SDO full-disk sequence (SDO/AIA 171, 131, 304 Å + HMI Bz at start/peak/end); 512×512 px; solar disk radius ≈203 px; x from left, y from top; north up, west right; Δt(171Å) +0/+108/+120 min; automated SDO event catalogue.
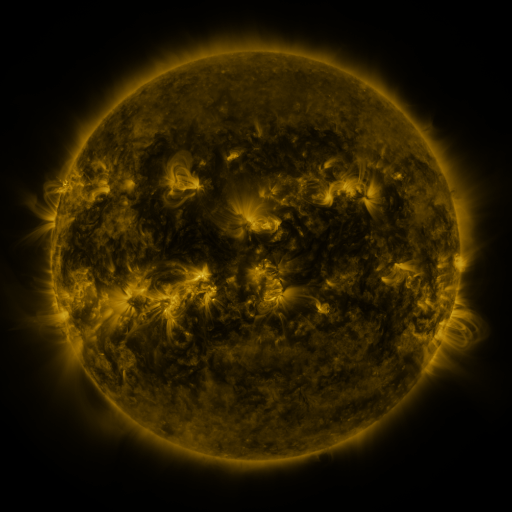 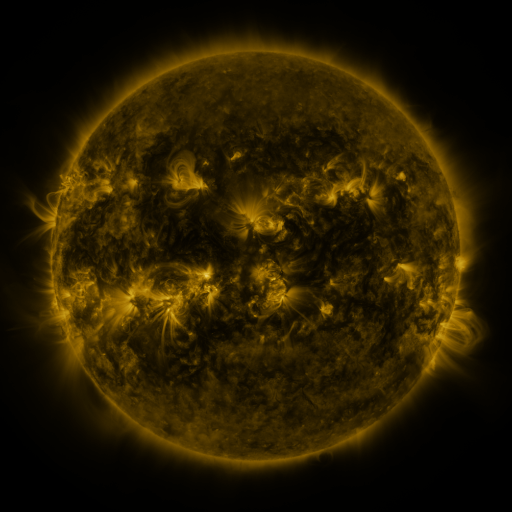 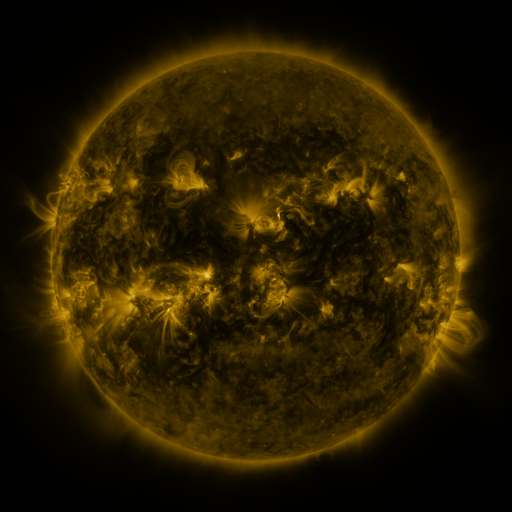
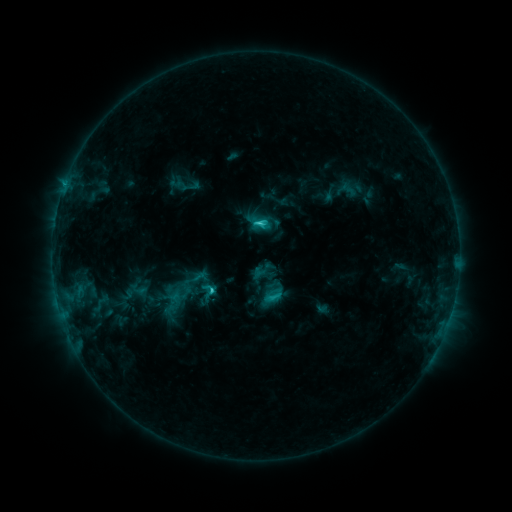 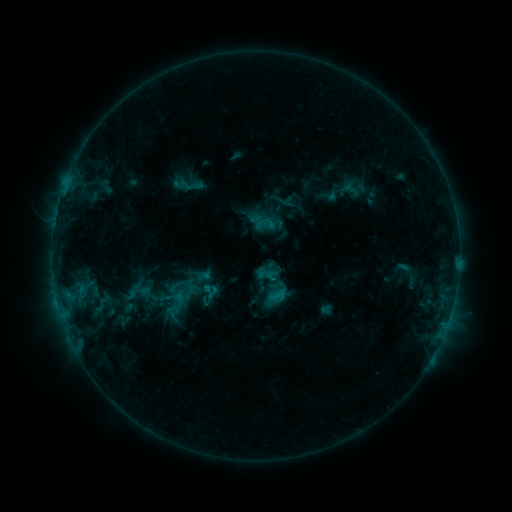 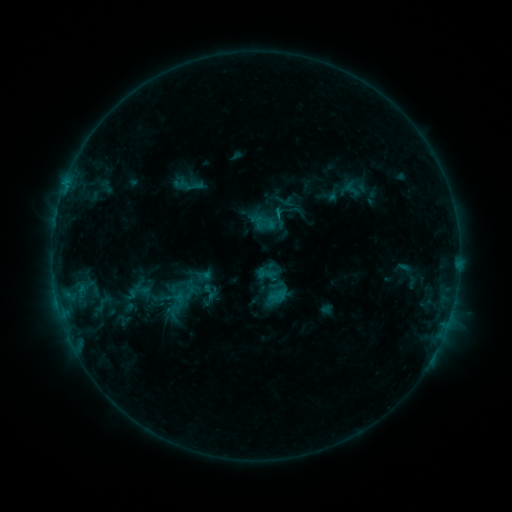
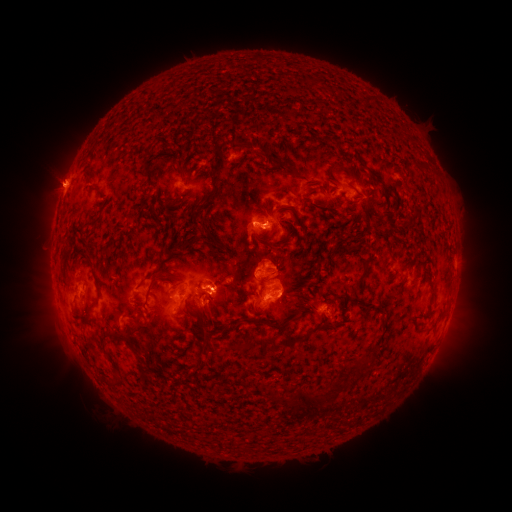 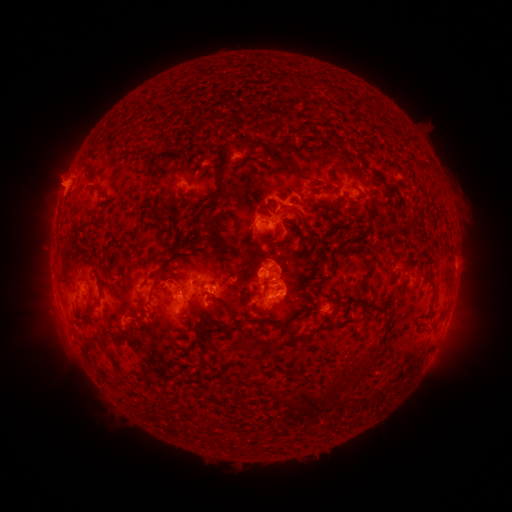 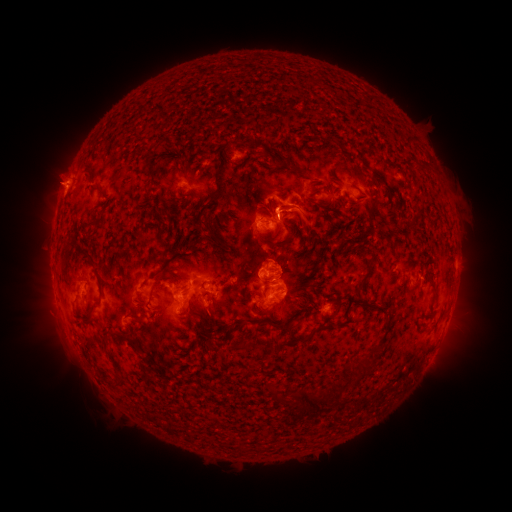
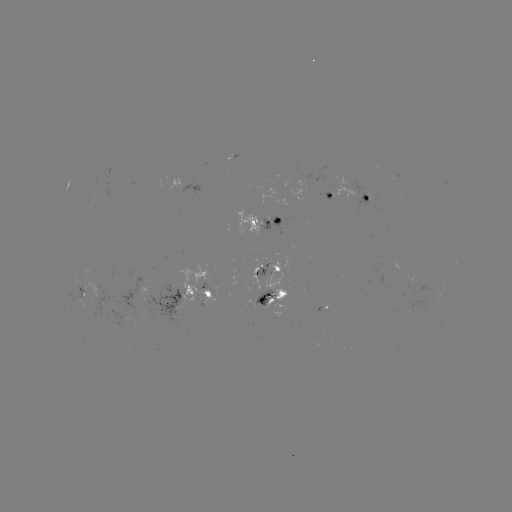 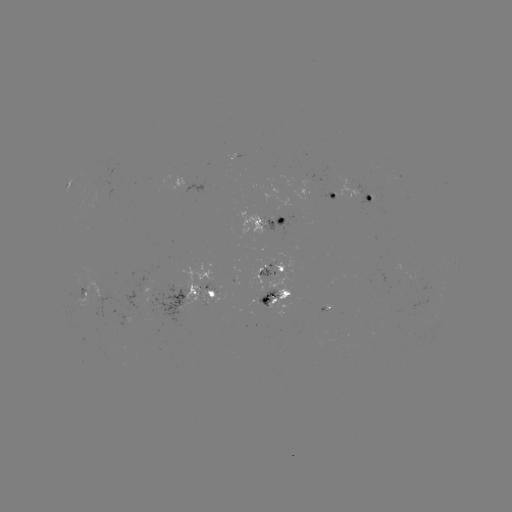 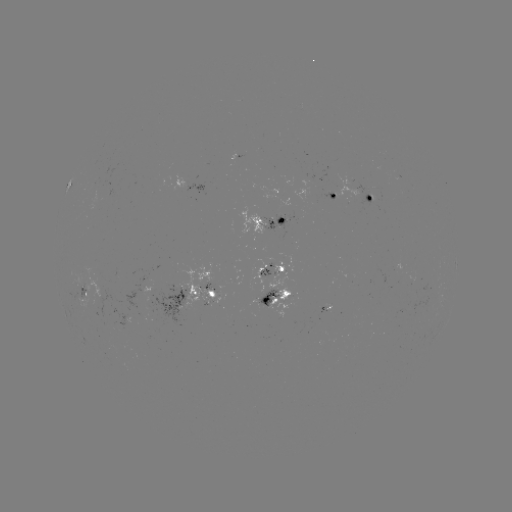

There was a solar emerging-flux region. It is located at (272, 261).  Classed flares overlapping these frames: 3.